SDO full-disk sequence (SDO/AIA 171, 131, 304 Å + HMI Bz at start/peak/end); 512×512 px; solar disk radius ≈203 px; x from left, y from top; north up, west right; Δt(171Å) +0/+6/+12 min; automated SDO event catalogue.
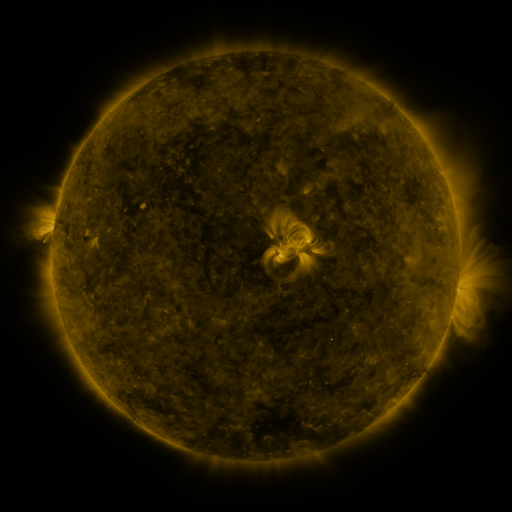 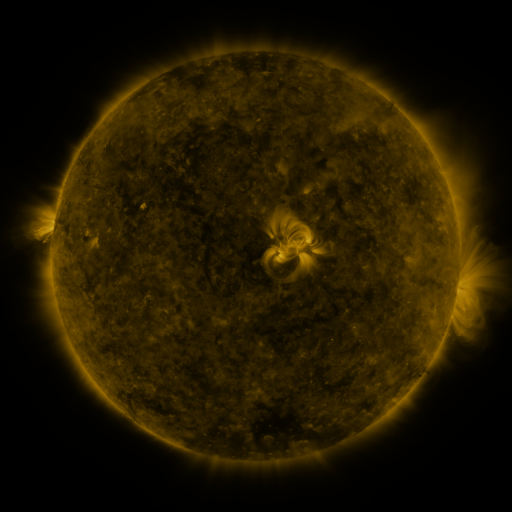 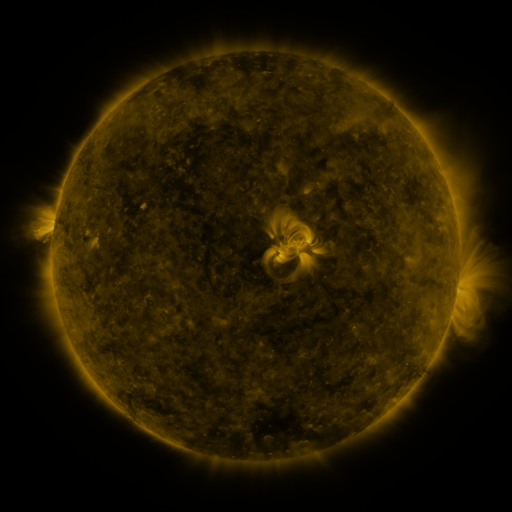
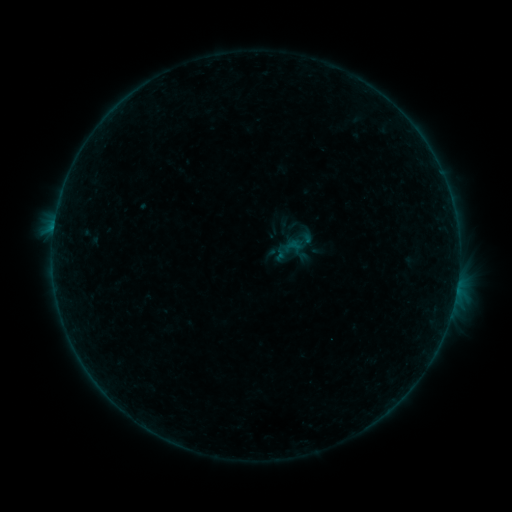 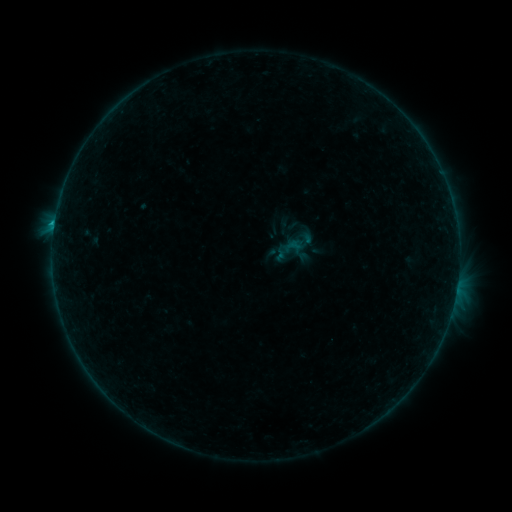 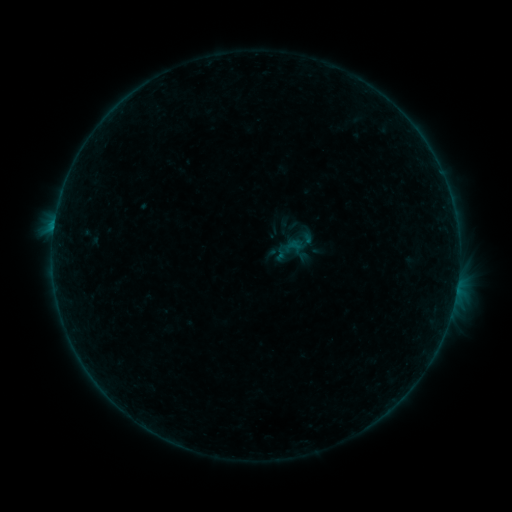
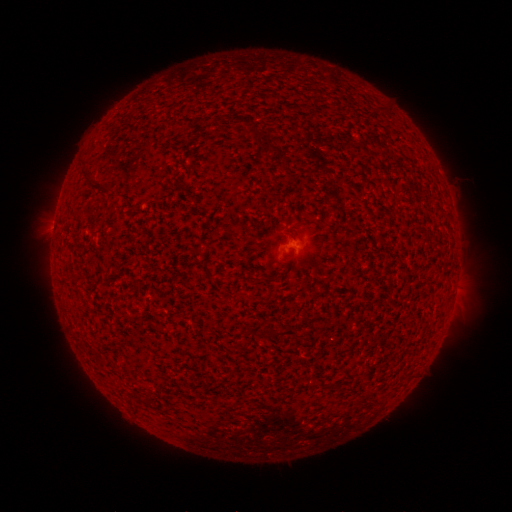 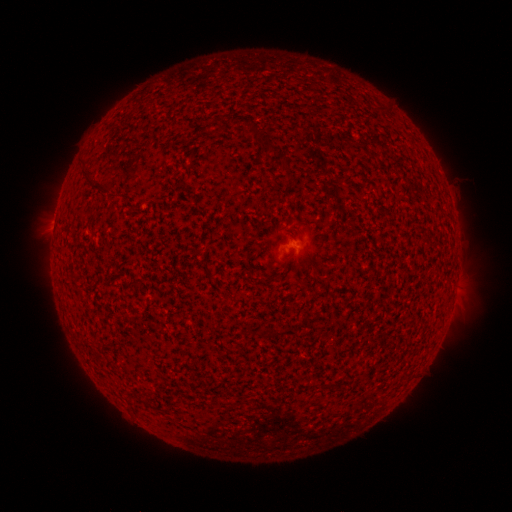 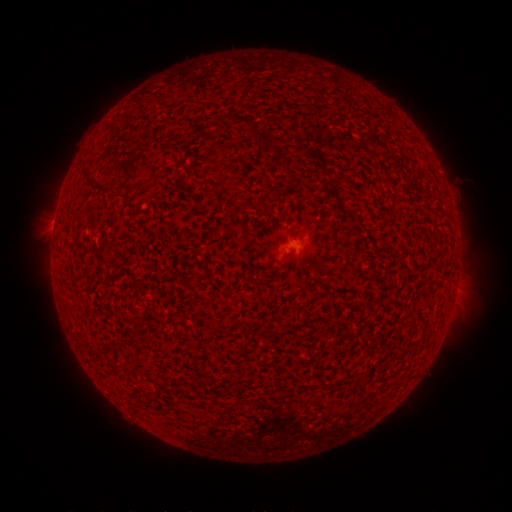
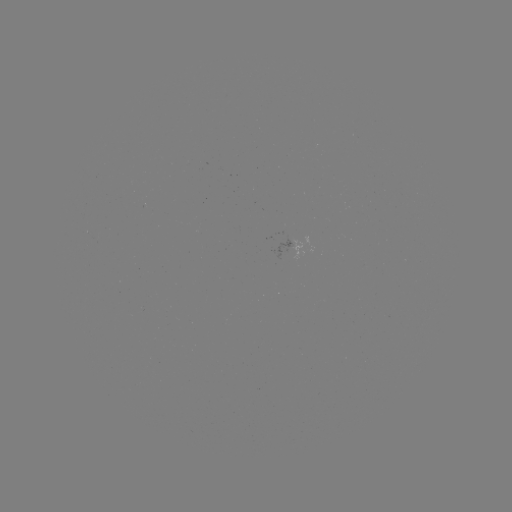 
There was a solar flare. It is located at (55, 223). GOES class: B3.2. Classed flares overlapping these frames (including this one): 1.